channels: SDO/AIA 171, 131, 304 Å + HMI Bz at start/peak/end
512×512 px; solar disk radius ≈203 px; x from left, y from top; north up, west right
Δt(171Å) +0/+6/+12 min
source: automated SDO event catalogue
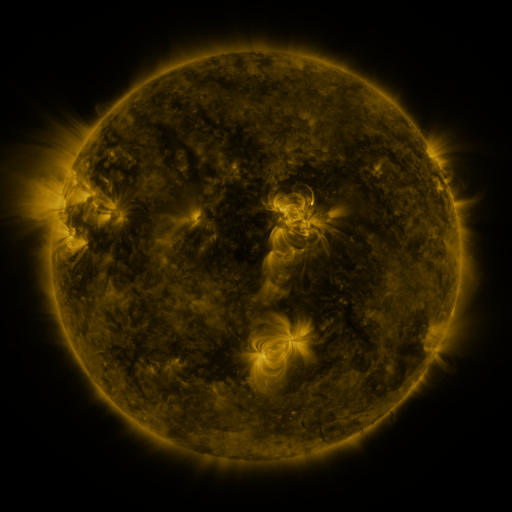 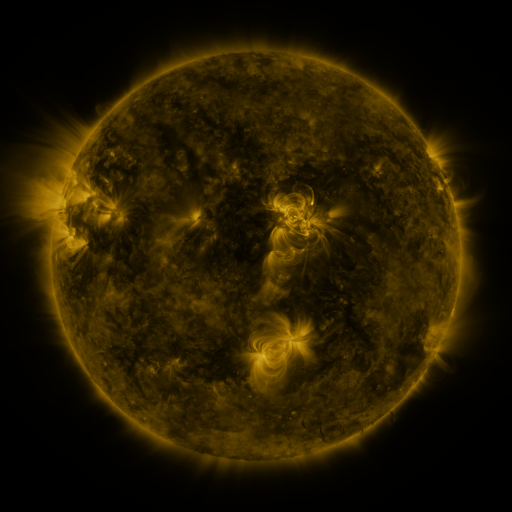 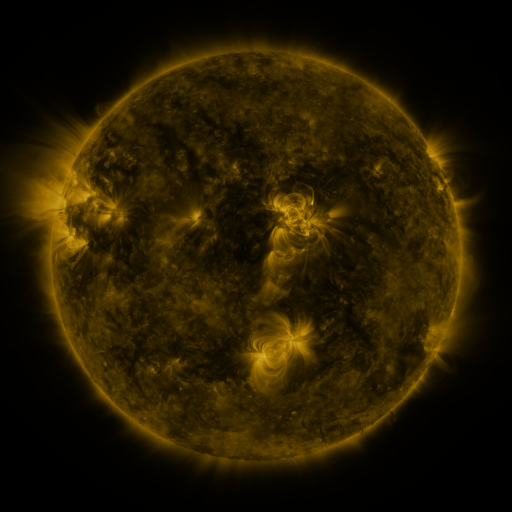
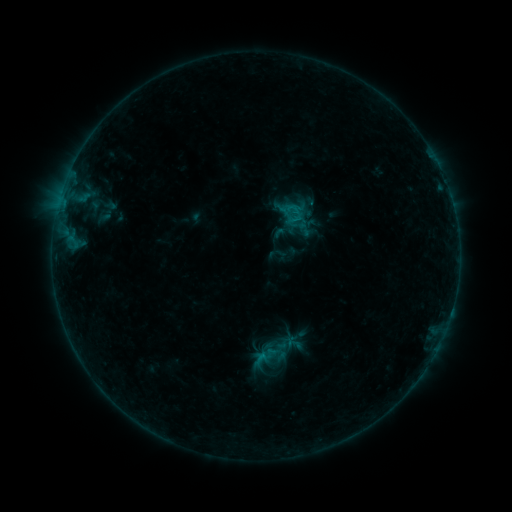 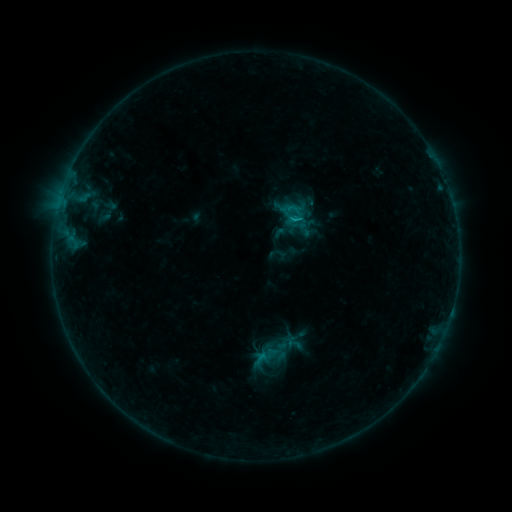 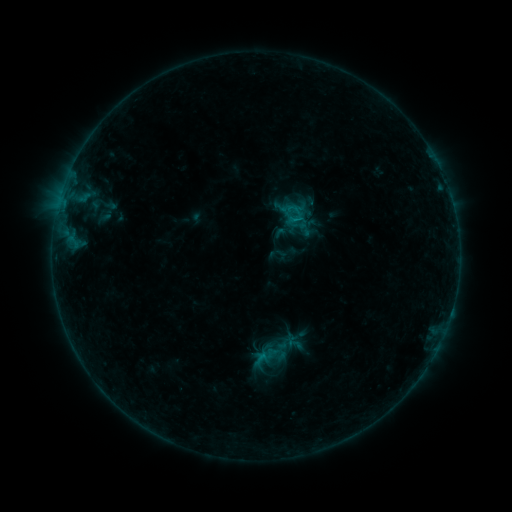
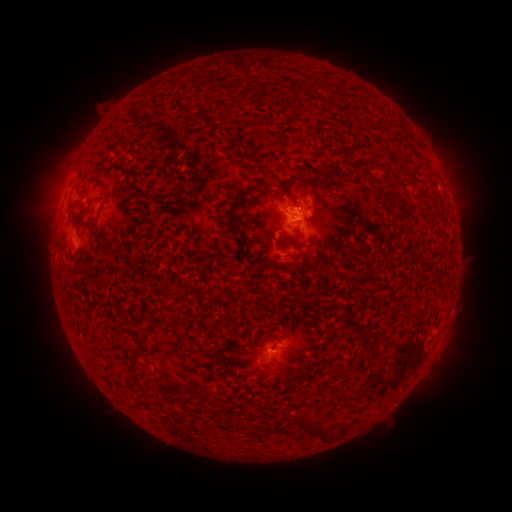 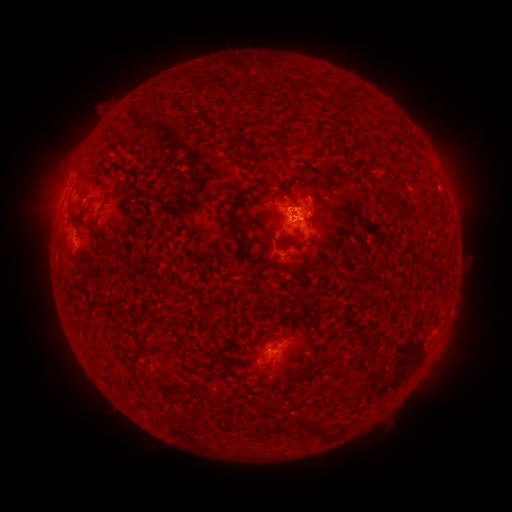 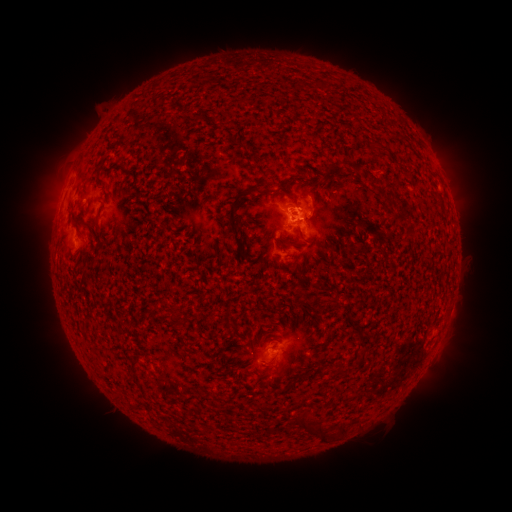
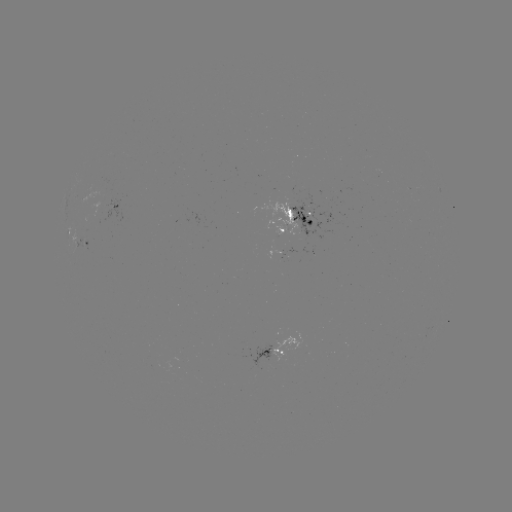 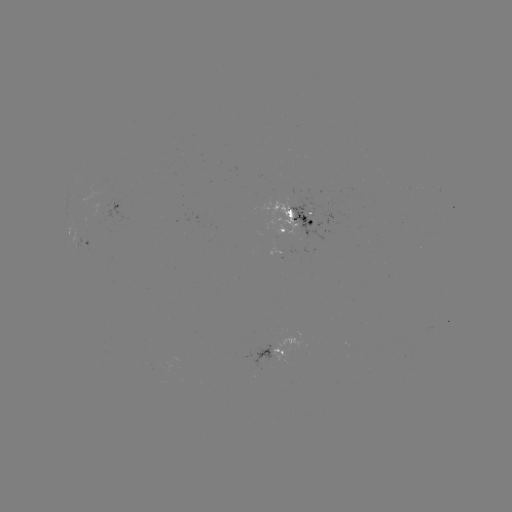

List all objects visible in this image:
B5.5 flare: (296, 223)
